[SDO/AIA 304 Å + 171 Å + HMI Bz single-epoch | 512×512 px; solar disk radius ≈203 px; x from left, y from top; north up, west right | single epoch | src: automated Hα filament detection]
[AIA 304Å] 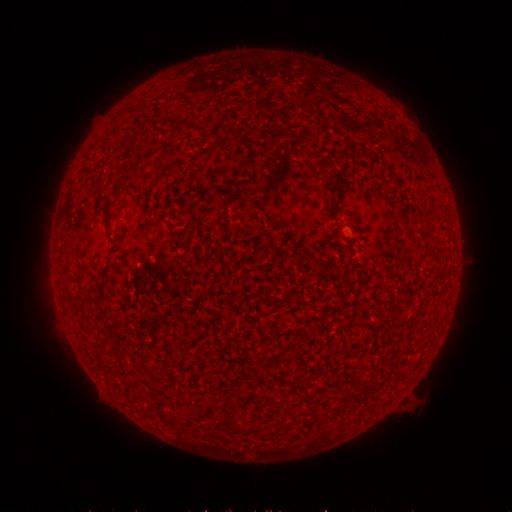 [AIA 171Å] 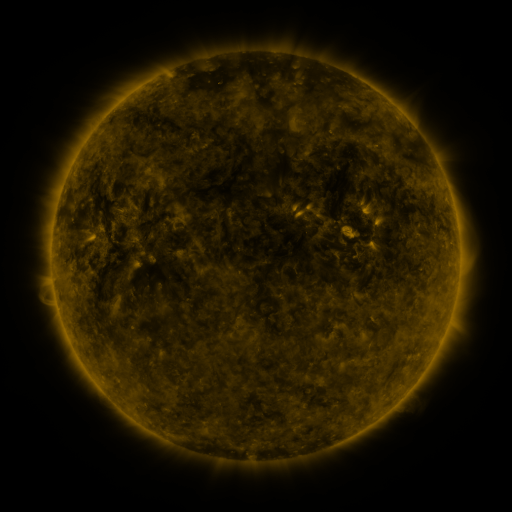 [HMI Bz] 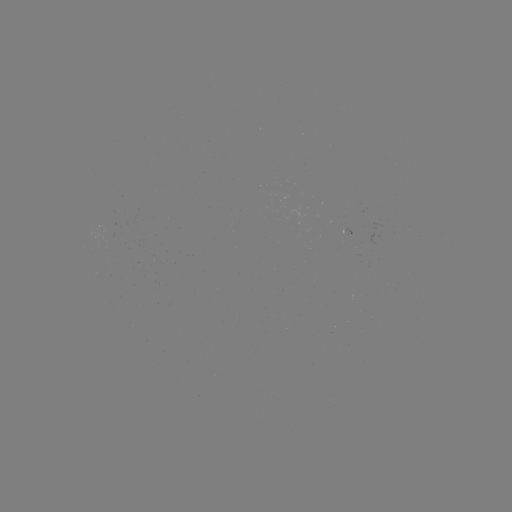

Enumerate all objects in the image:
filament: <bbox>128, 105, 145, 115</bbox>
filament: <bbox>175, 120, 186, 128</bbox>
filament: <bbox>332, 185, 341, 197</bbox>
filament: <bbox>99, 206, 119, 244</bbox>
filament: <bbox>80, 295, 89, 305</bbox>
